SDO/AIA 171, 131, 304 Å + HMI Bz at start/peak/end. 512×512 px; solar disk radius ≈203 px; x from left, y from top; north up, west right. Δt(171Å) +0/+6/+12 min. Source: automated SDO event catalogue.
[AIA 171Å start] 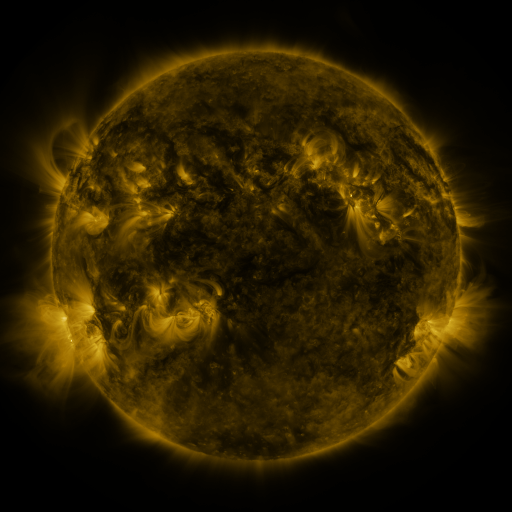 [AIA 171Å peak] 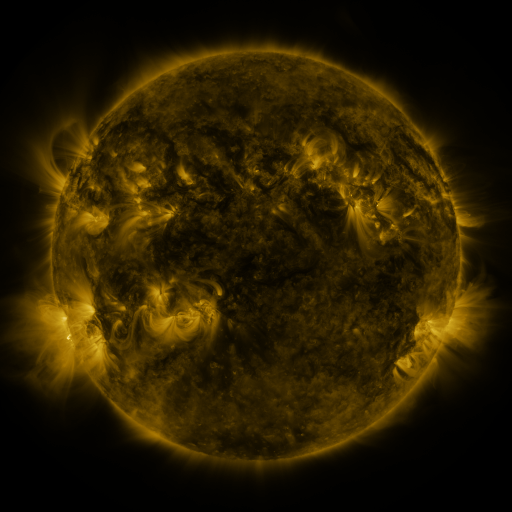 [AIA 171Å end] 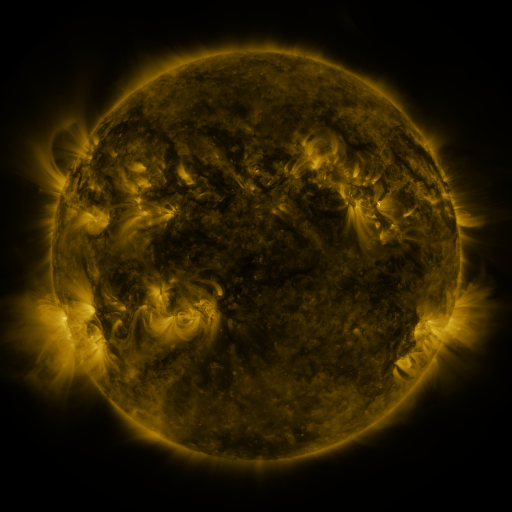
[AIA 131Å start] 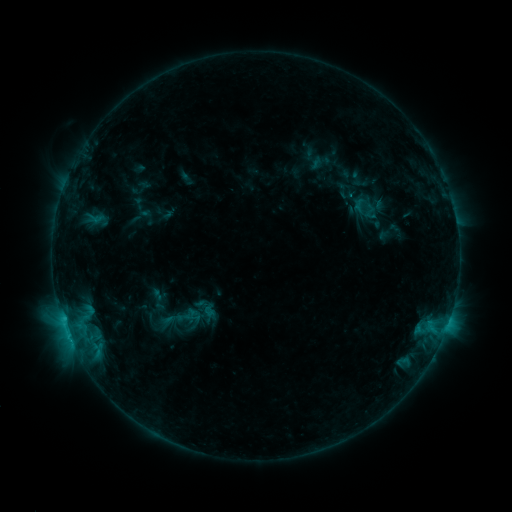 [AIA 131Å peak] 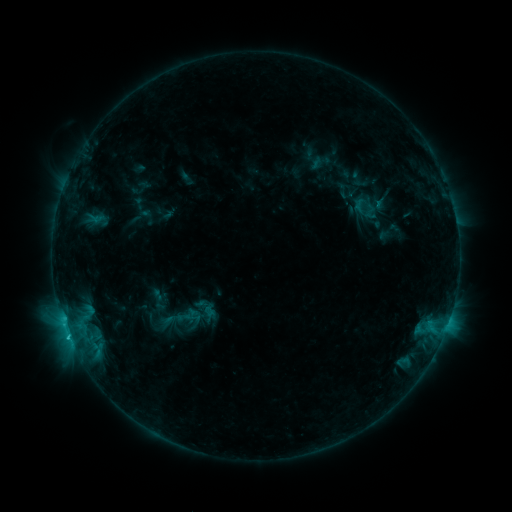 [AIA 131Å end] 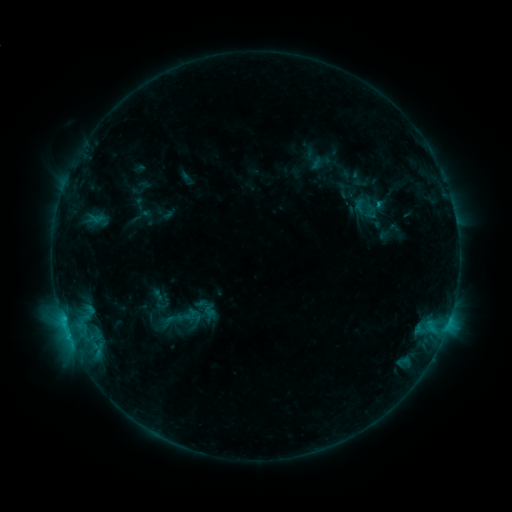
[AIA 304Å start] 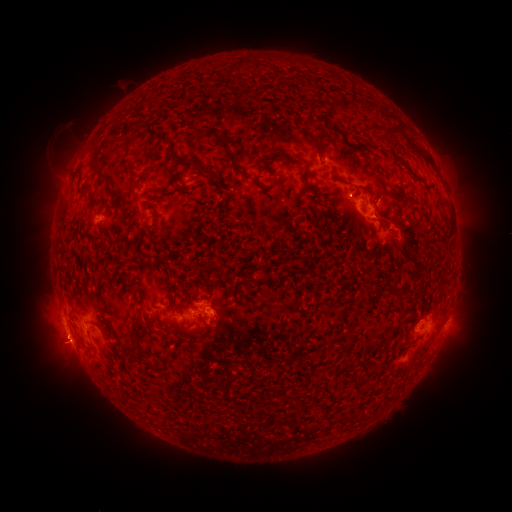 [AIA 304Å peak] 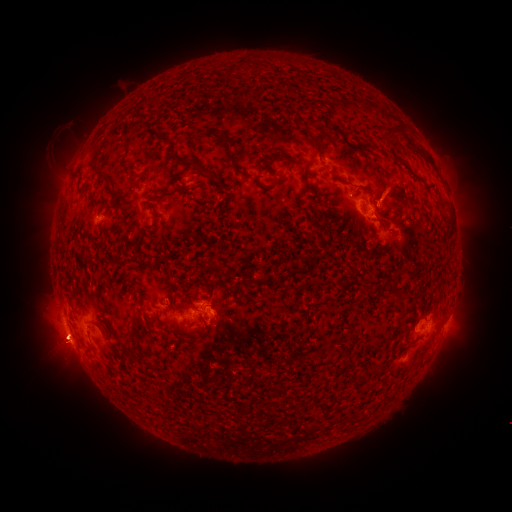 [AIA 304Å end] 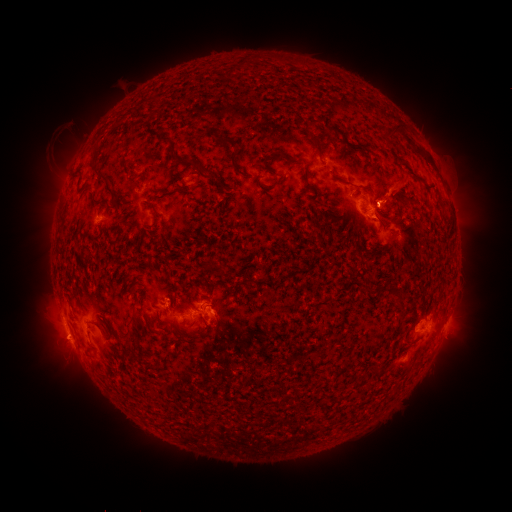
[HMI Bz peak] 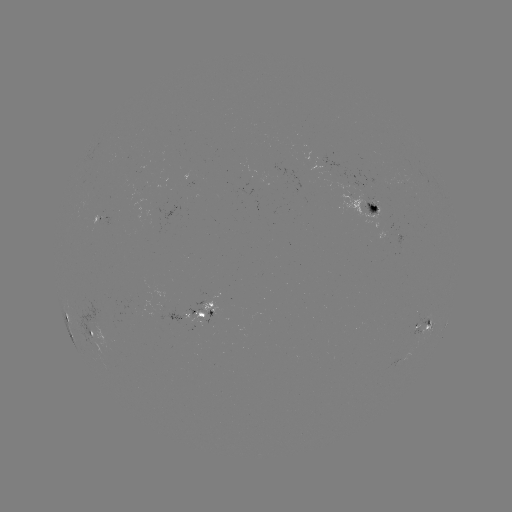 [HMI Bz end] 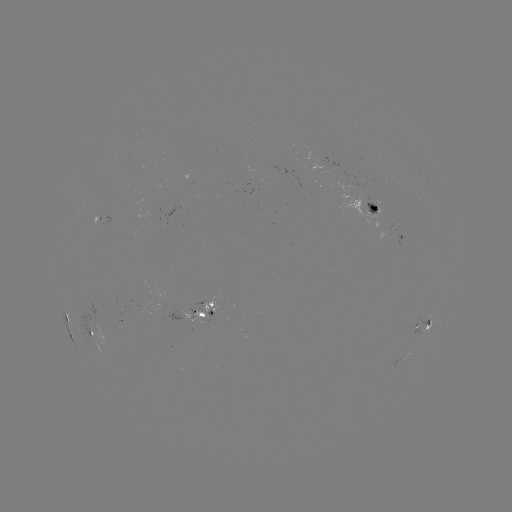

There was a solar flare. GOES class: B9.6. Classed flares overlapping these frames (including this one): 1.